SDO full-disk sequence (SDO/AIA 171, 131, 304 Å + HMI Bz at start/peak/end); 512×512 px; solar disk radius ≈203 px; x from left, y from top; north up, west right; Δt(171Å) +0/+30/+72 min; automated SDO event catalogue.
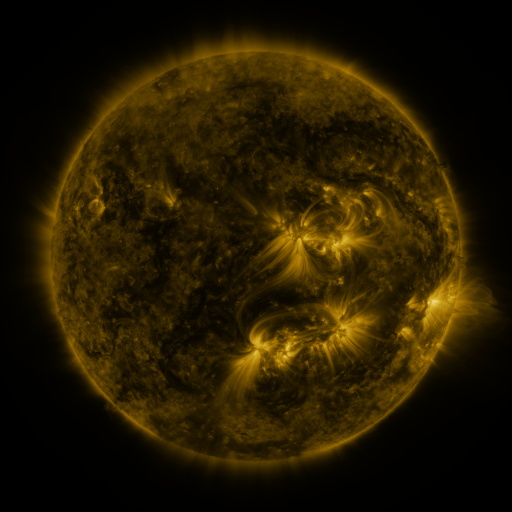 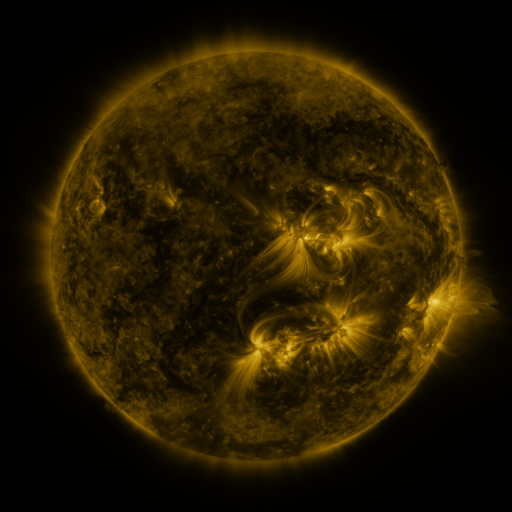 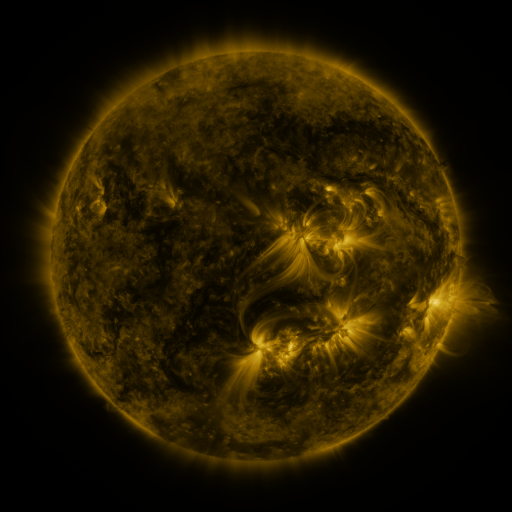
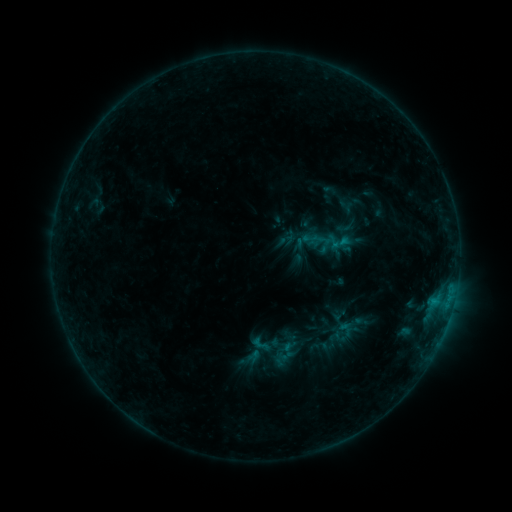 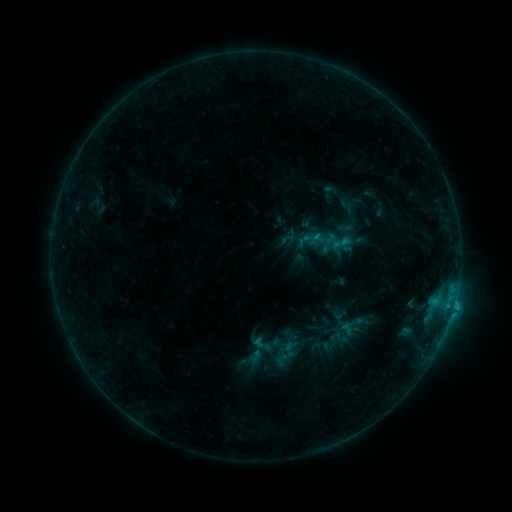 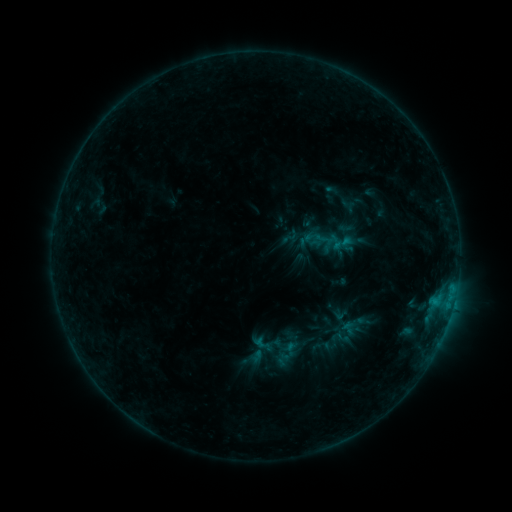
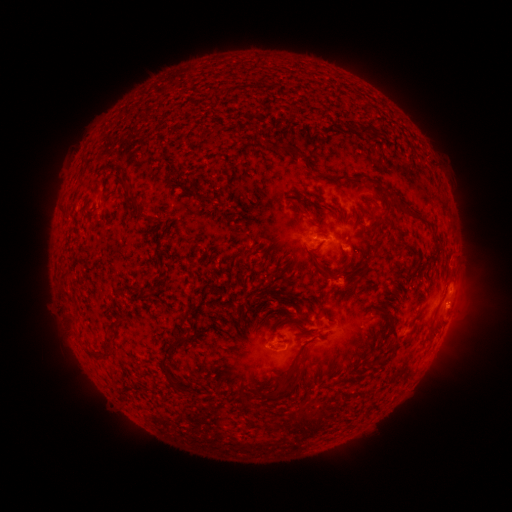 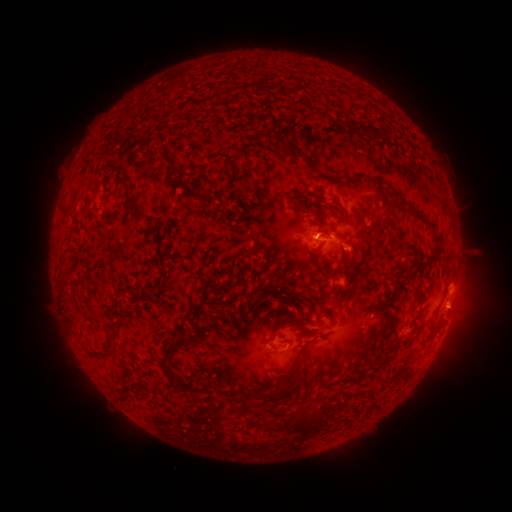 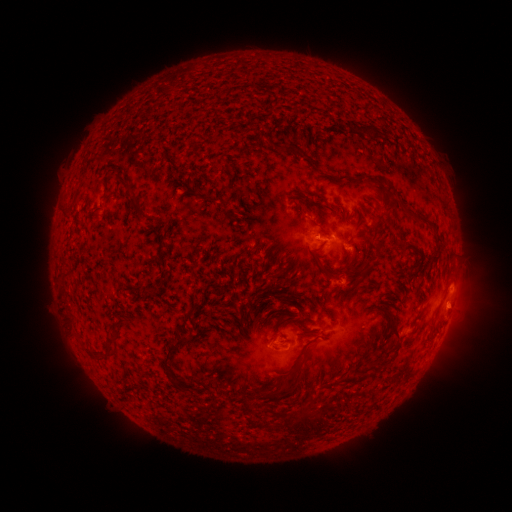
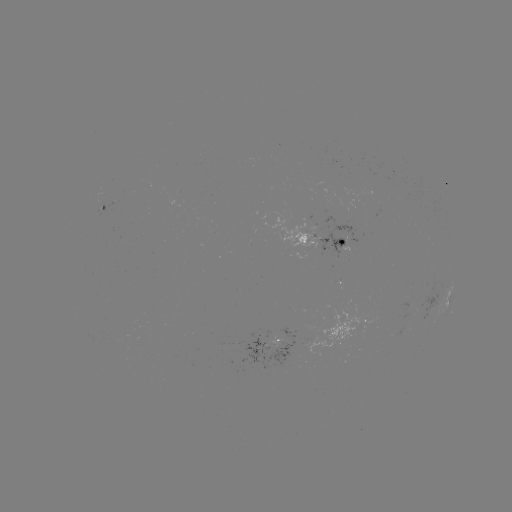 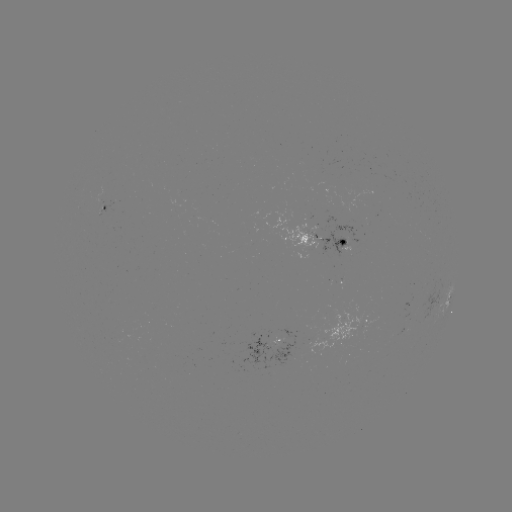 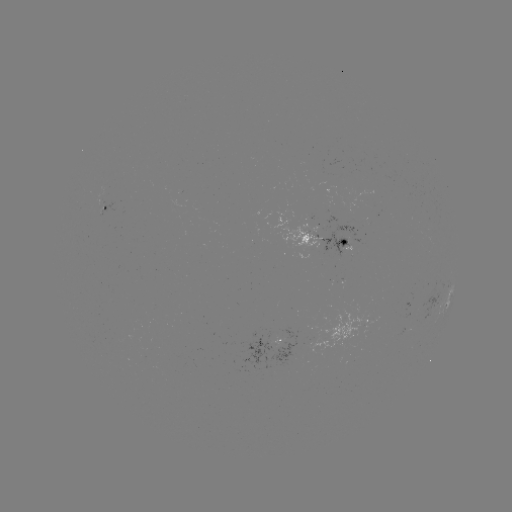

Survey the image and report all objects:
B9.7 flare: (318, 237)
